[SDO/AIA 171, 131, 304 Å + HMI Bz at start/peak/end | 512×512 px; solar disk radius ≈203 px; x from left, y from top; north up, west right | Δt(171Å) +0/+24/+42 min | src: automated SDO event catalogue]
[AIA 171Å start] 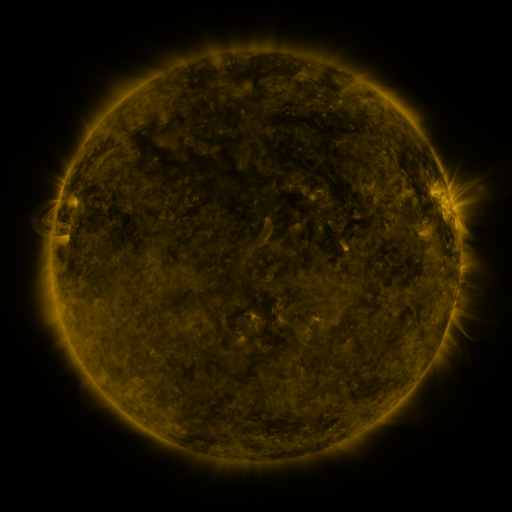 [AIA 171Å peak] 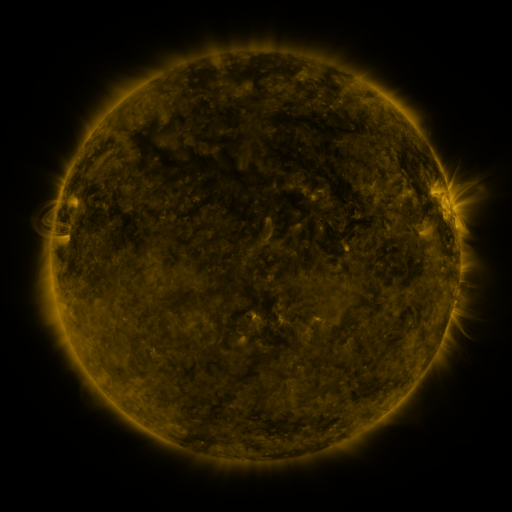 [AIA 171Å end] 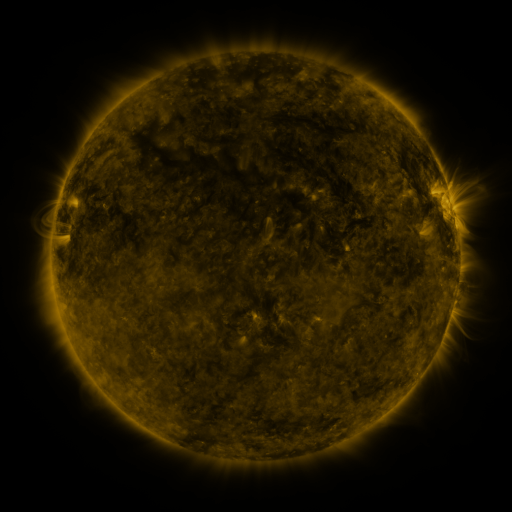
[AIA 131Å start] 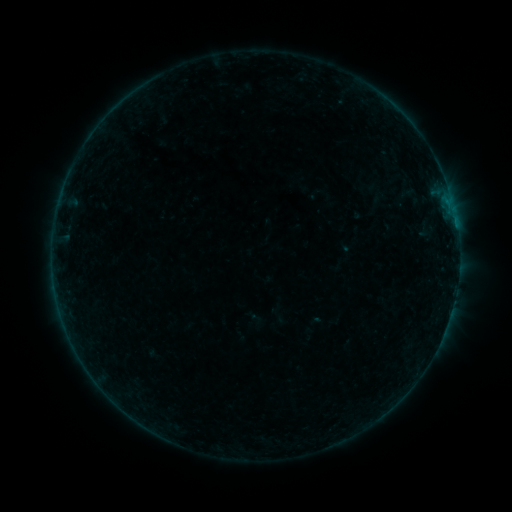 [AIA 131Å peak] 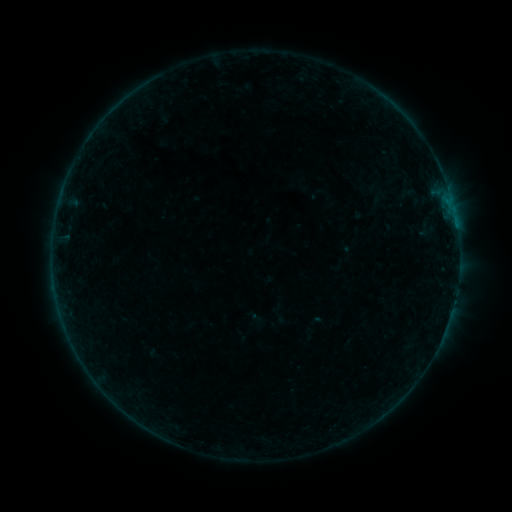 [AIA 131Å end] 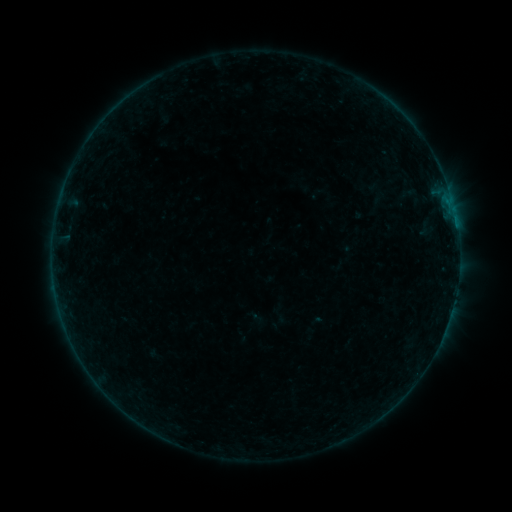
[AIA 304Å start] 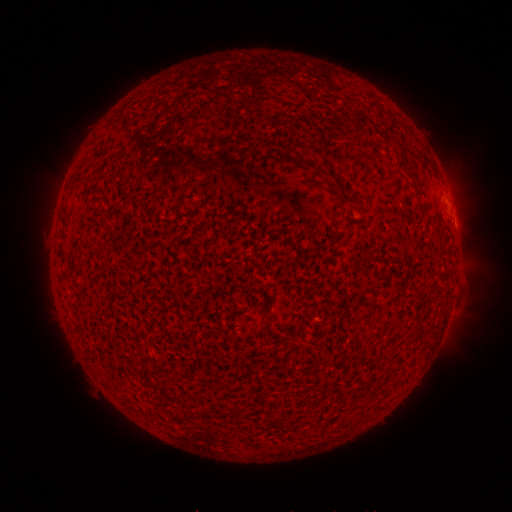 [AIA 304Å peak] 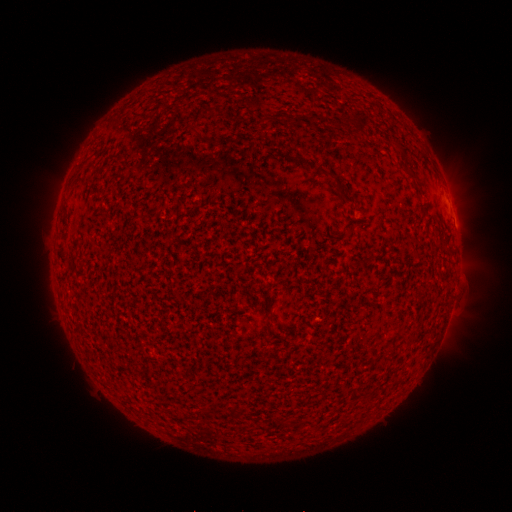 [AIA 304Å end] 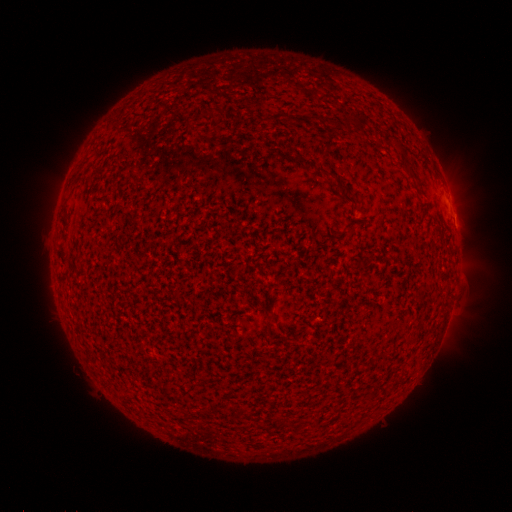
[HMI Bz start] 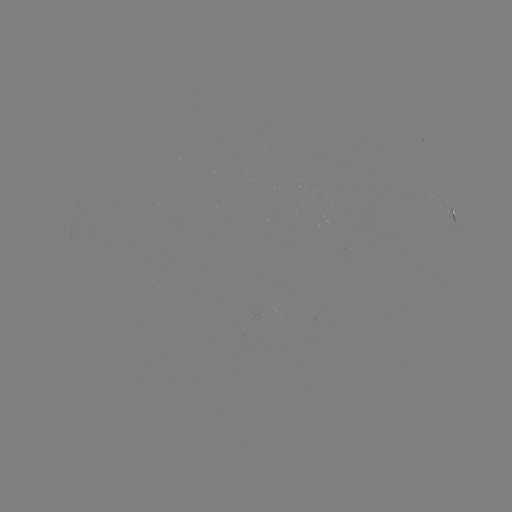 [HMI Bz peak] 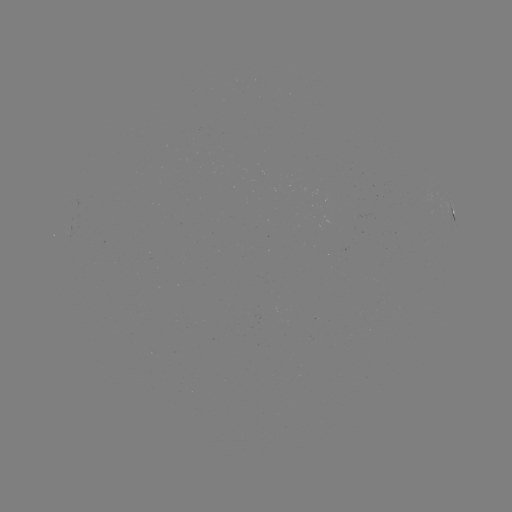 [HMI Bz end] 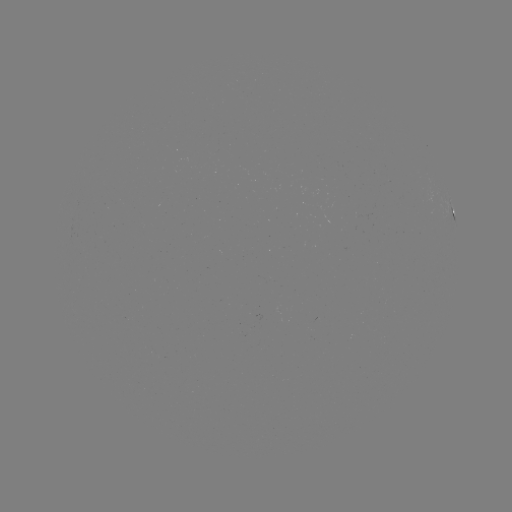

no classed flare was catalogued and no EUV brightening was flagged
